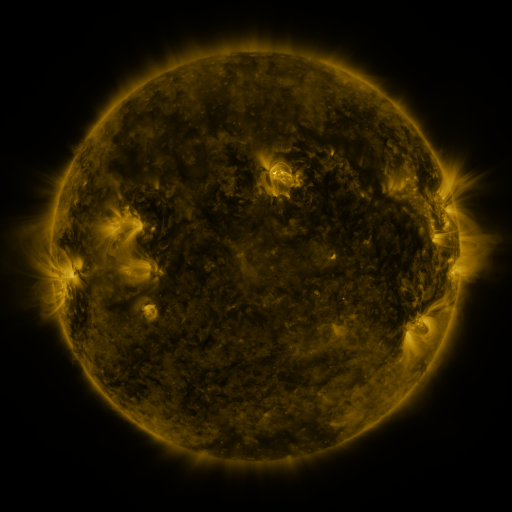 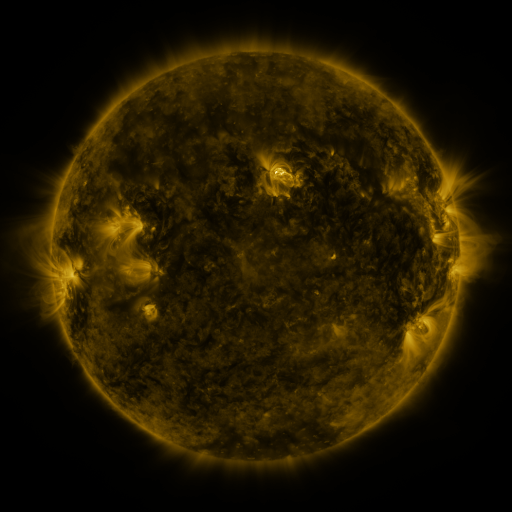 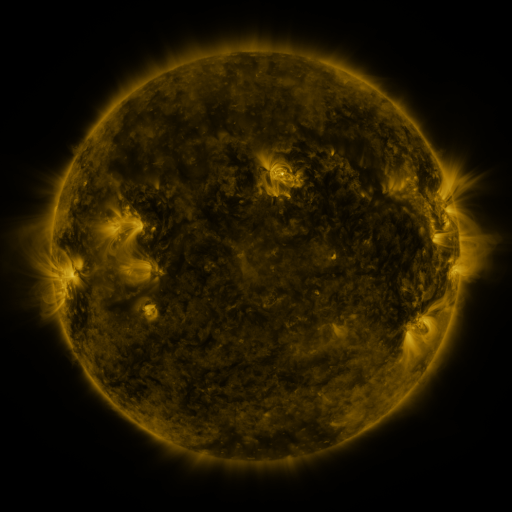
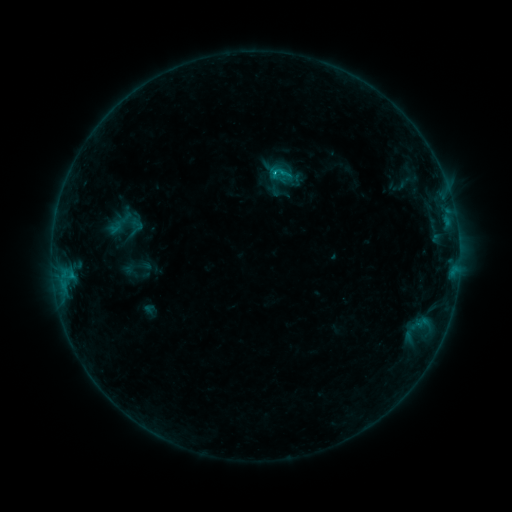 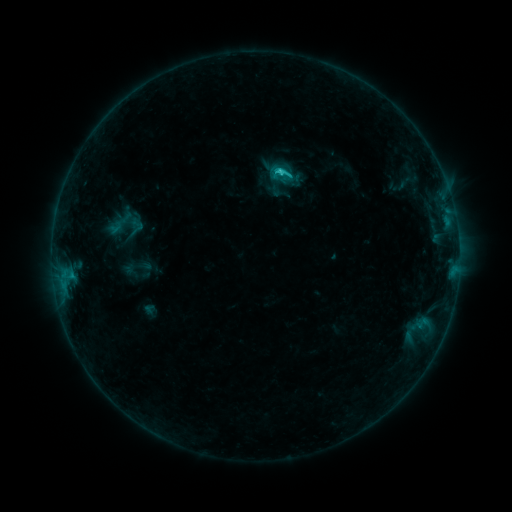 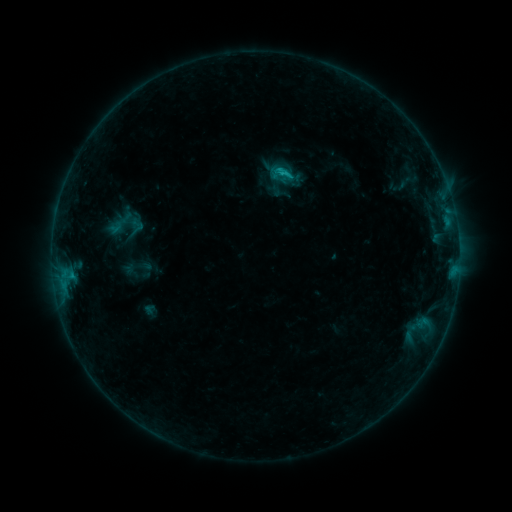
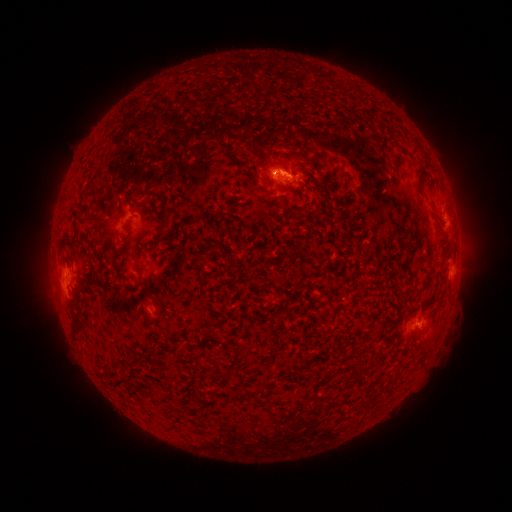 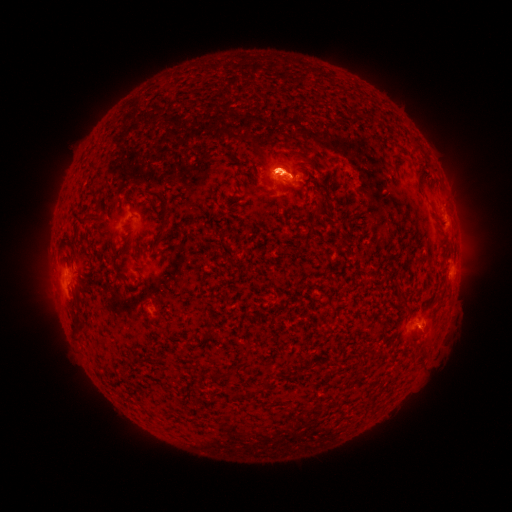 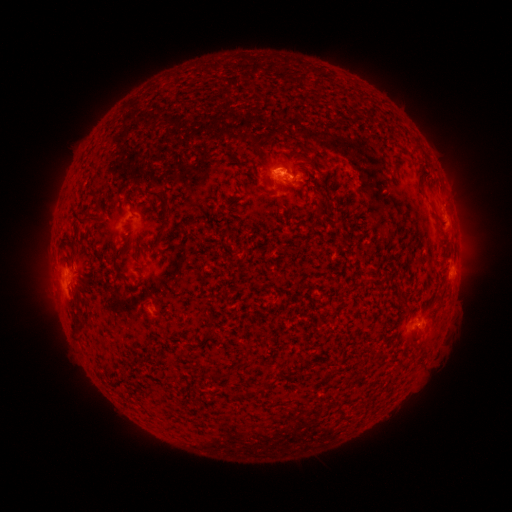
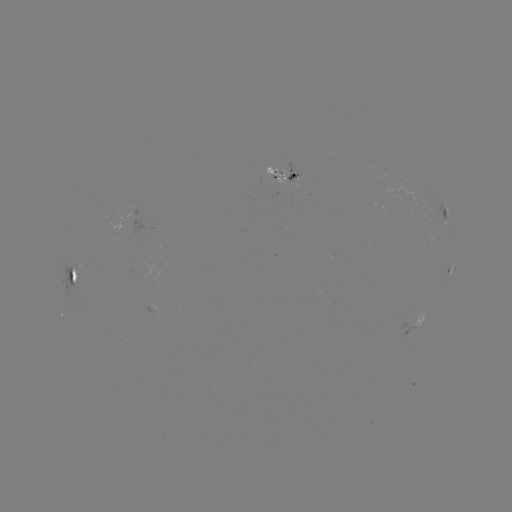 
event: flare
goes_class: C1.1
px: (279, 174)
